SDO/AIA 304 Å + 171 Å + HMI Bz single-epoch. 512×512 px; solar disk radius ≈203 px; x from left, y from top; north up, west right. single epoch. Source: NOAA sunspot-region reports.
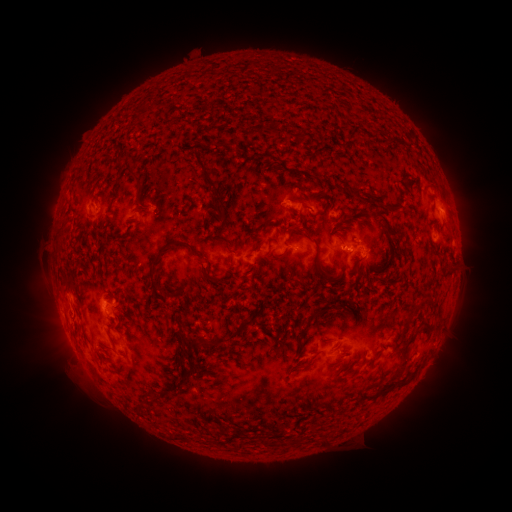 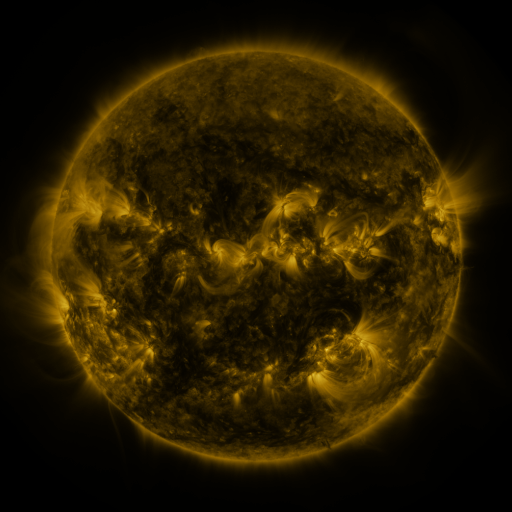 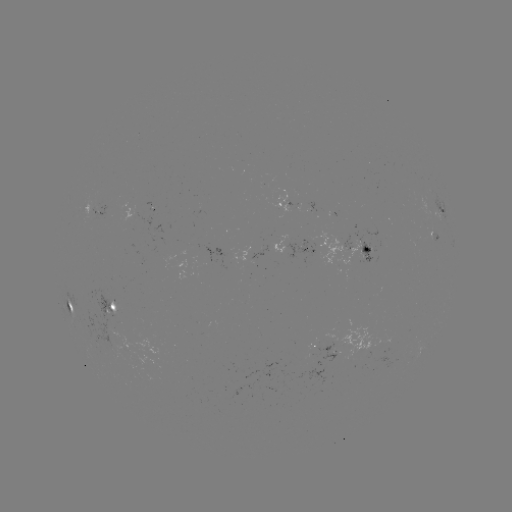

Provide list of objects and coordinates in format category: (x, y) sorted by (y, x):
spotted active region: (288, 202)
spotted active region: (438, 208)
spotted active region: (100, 210)
spotted active region: (297, 247)
spotted active region: (353, 248)
spotted active region: (113, 304)
spotted active region: (71, 306)
spotted active region: (324, 346)
